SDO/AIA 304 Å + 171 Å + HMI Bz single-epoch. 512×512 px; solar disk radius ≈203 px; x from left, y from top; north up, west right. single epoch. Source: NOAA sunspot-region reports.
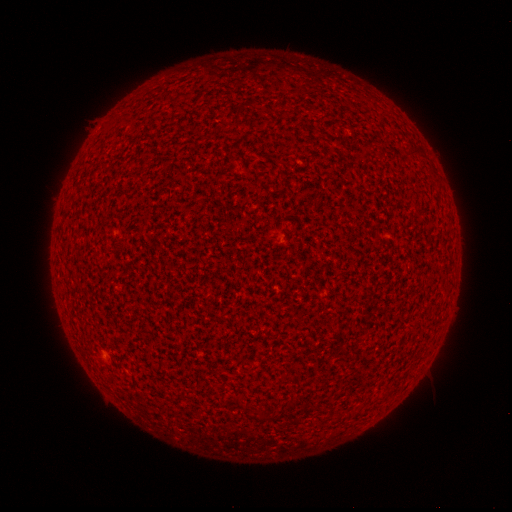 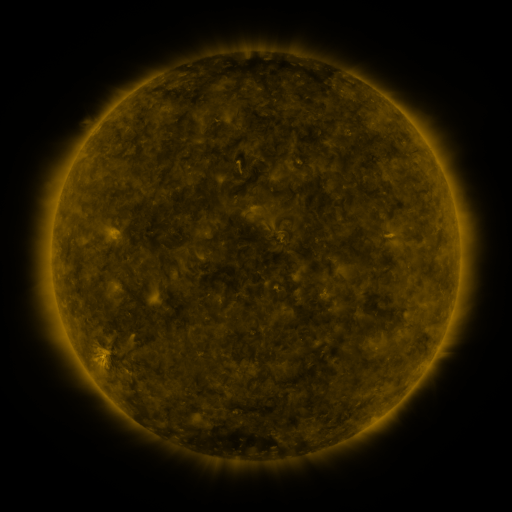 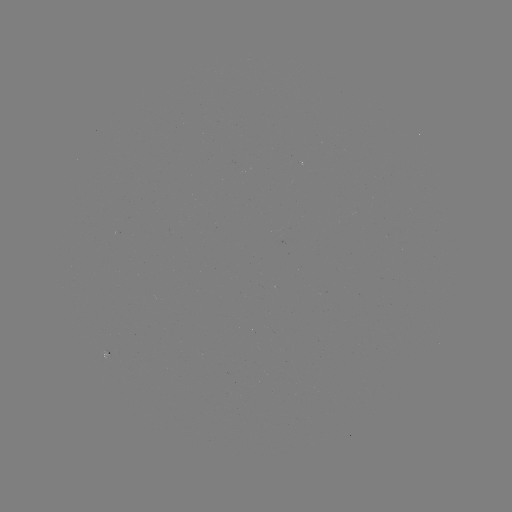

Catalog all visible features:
(none)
